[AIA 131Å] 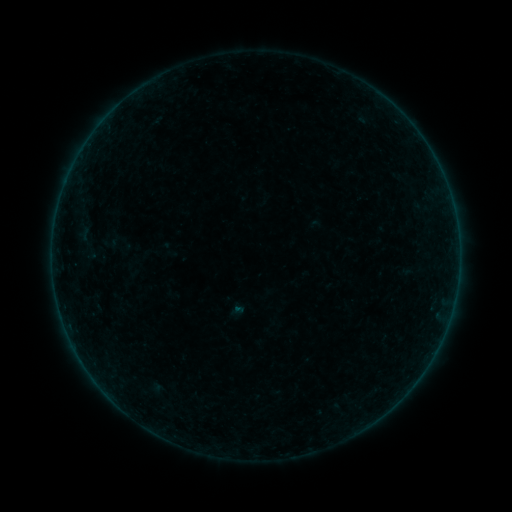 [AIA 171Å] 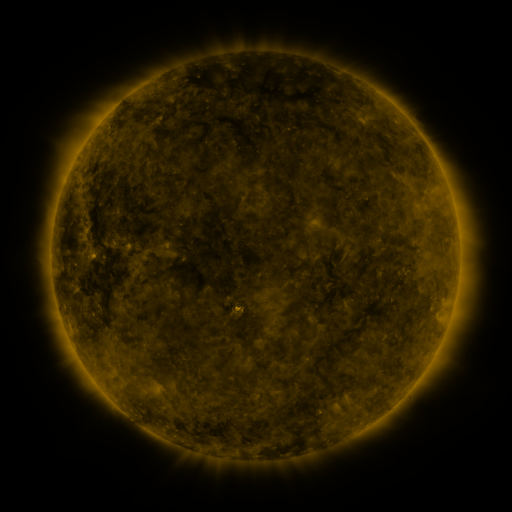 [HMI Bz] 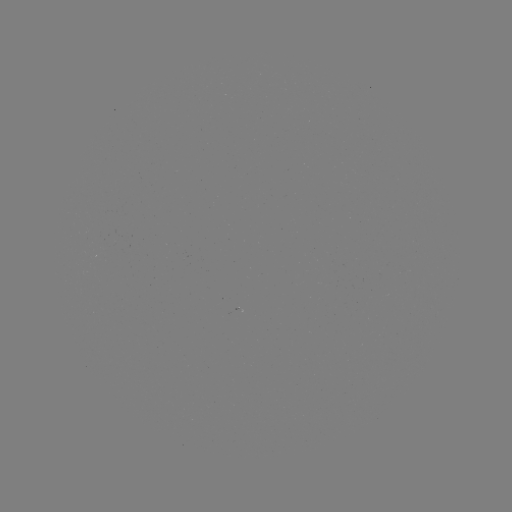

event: sigmoid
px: (110, 243)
